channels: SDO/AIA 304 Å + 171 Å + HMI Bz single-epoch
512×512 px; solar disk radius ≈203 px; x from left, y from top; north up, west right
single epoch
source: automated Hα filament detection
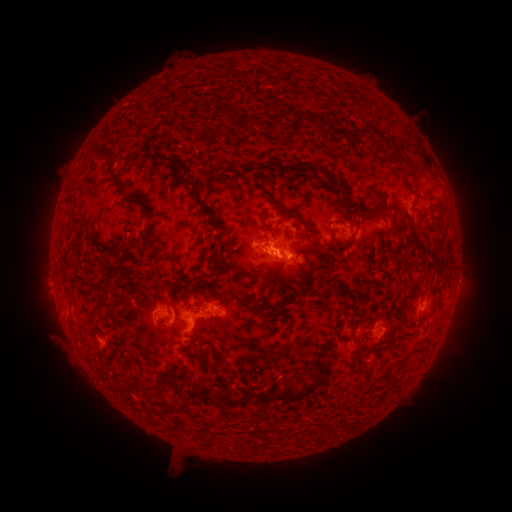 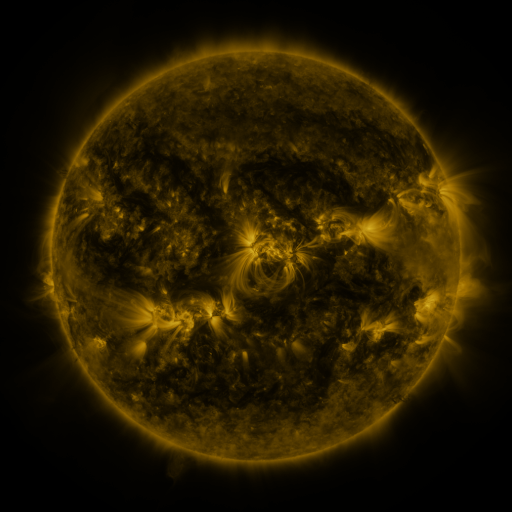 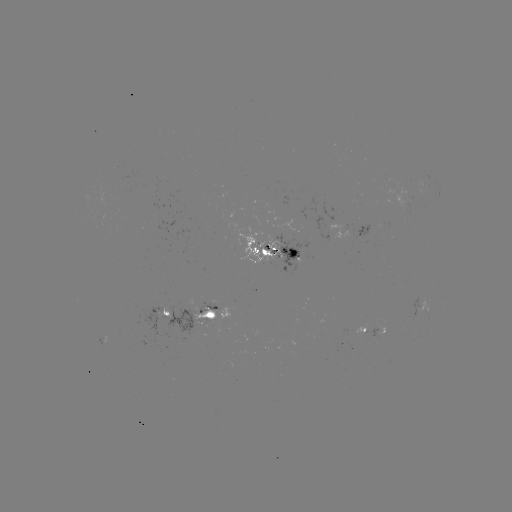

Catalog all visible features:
filament: <bbox>273, 112, 284, 121</bbox>
filament: <bbox>303, 113, 313, 121</bbox>
filament: <bbox>113, 117, 138, 135</bbox>
filament: <bbox>96, 147, 114, 168</bbox>
filament: <bbox>391, 149, 415, 169</bbox>
filament: <bbox>322, 173, 342, 189</bbox>
filament: <bbox>178, 179, 212, 221</bbox>
filament: <bbox>124, 196, 140, 204</bbox>
filament: <bbox>276, 203, 311, 230</bbox>
filament: <bbox>261, 248, 268, 257</bbox>
filament: <bbox>269, 259, 283, 268</bbox>
filament: <bbox>350, 285, 362, 292</bbox>
filament: <bbox>99, 302, 118, 319</bbox>
filament: <bbox>251, 303, 277, 314</bbox>
filament: <bbox>197, 354, 215, 365</bbox>
filament: <bbox>173, 367, 200, 384</bbox>
filament: <bbox>284, 378, 319, 403</bbox>
filament: <bbox>225, 389, 240, 405</bbox>
filament: <bbox>257, 393, 272, 403</bbox>
